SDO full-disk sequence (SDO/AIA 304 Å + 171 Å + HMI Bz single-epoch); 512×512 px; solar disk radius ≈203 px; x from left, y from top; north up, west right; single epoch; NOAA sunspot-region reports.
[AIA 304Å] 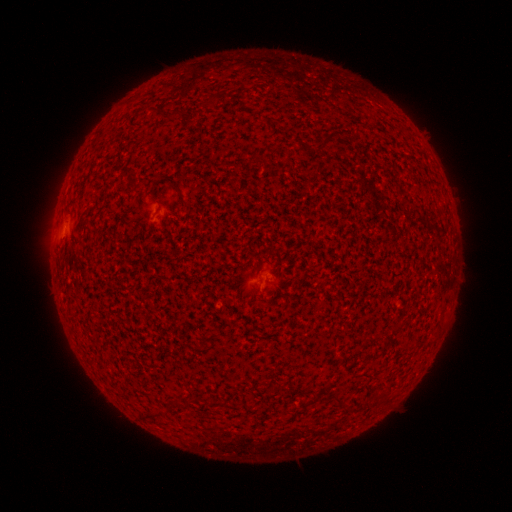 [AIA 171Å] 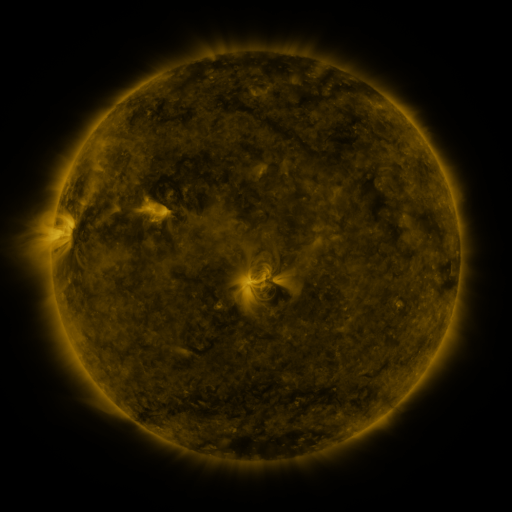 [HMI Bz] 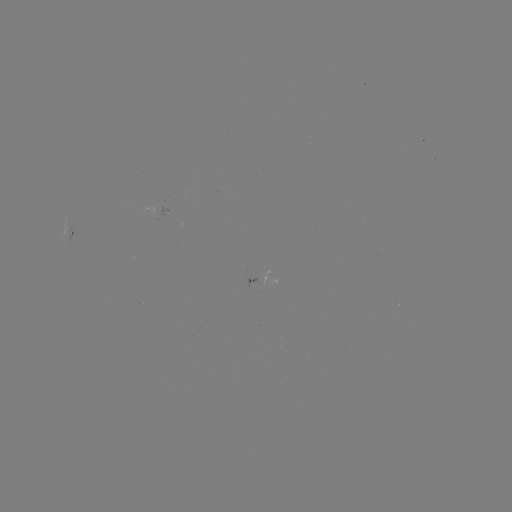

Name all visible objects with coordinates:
spotted active region: (72, 233)
spotted active region: (259, 276)
